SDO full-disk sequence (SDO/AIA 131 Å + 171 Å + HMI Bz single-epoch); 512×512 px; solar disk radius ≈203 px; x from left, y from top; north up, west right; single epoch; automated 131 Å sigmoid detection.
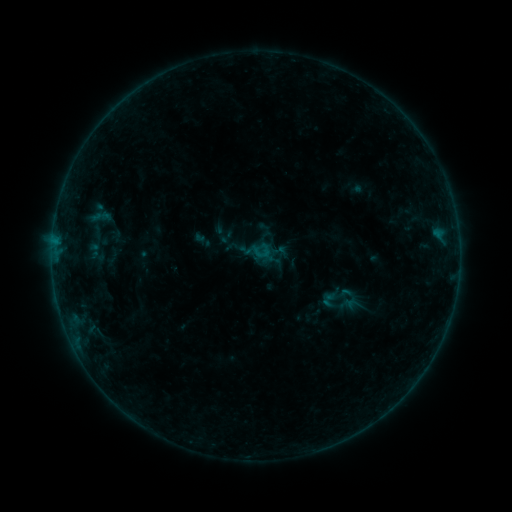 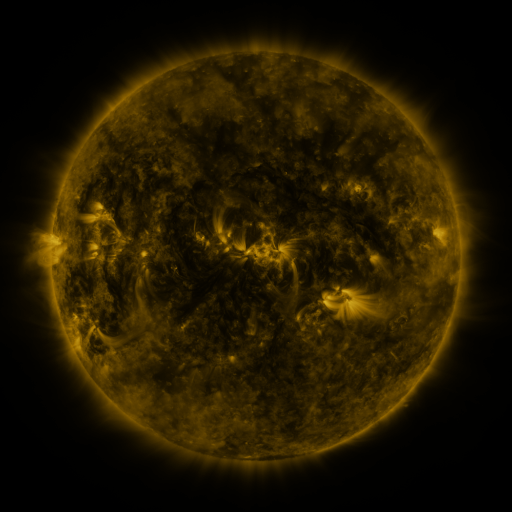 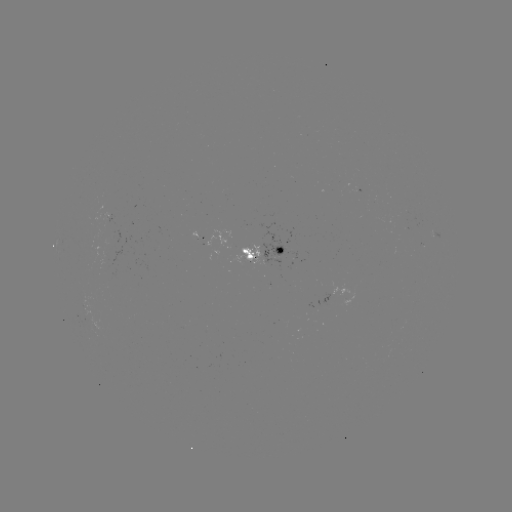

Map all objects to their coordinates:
sigmoid: (261, 252)
sigmoid: (337, 297)
